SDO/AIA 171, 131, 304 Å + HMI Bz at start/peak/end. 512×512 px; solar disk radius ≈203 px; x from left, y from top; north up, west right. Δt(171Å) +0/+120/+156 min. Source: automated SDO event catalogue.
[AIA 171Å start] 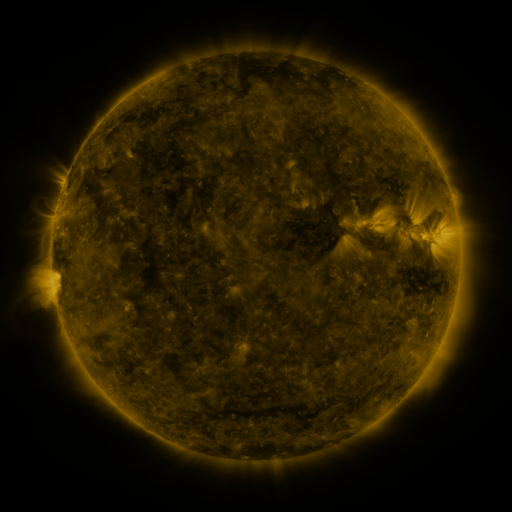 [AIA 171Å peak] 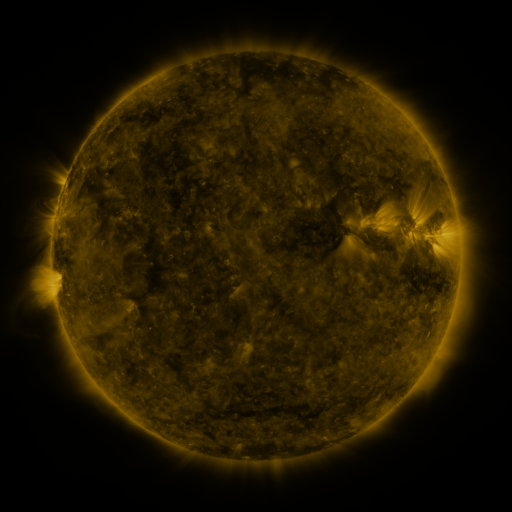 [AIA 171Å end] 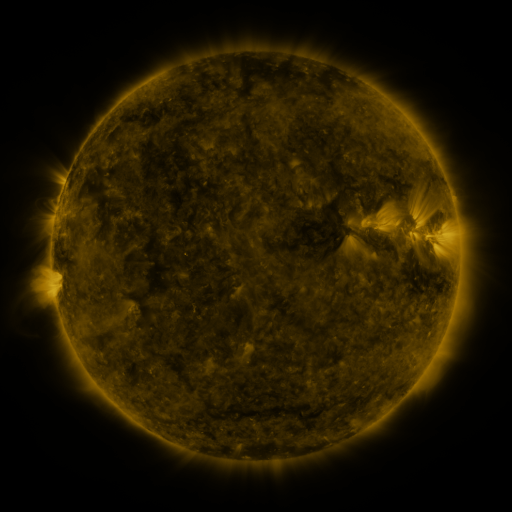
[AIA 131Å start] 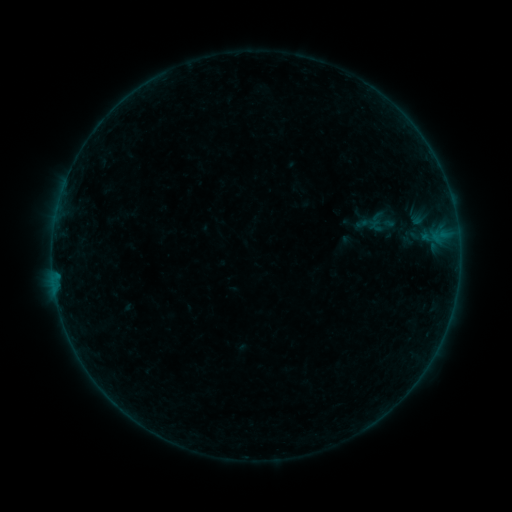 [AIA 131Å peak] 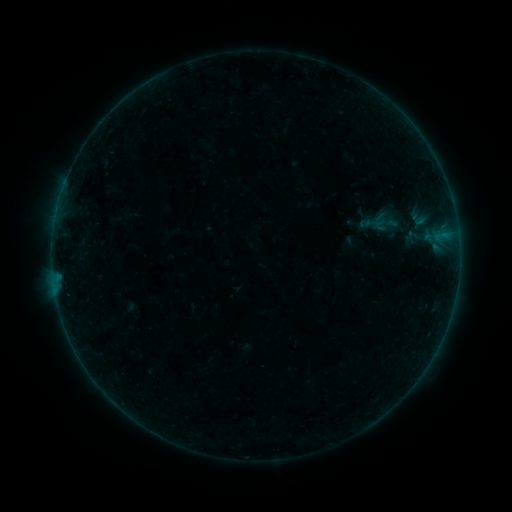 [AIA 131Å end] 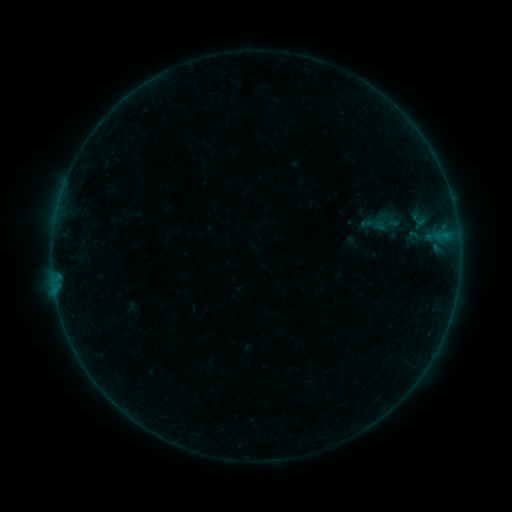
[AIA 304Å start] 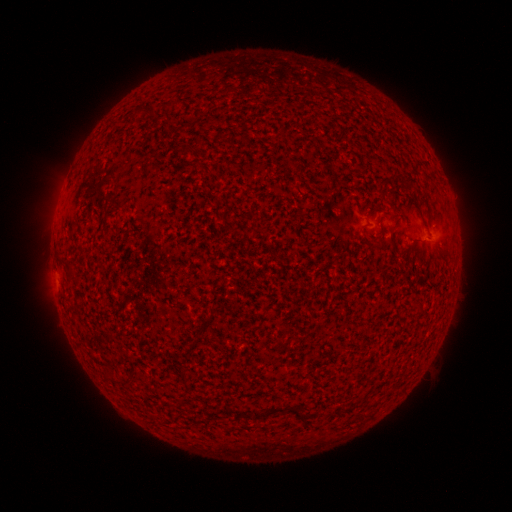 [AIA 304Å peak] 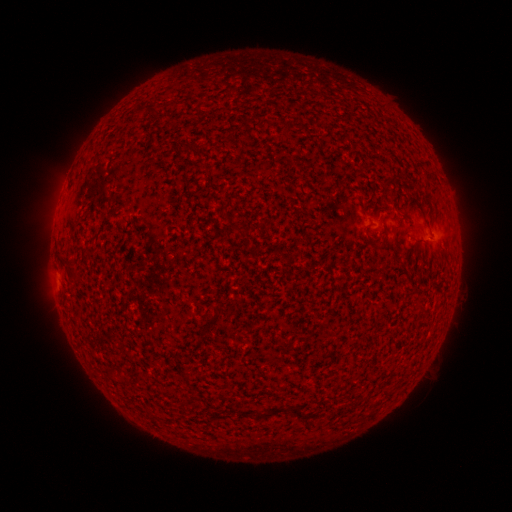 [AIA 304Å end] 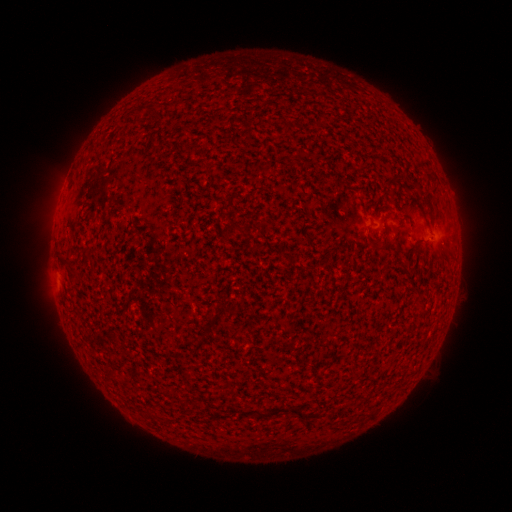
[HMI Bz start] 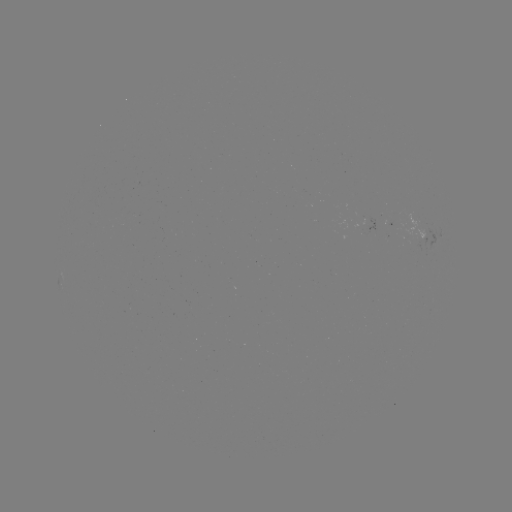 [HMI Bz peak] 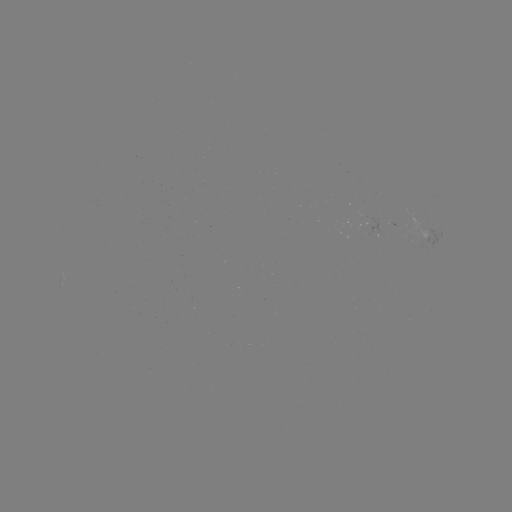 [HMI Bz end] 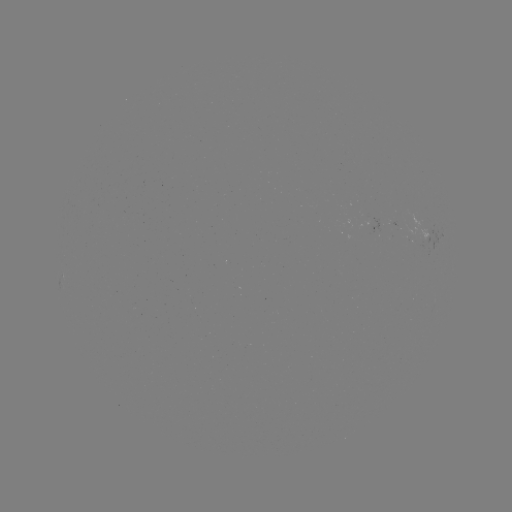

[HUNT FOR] emerging-flux region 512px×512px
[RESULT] [420, 234]